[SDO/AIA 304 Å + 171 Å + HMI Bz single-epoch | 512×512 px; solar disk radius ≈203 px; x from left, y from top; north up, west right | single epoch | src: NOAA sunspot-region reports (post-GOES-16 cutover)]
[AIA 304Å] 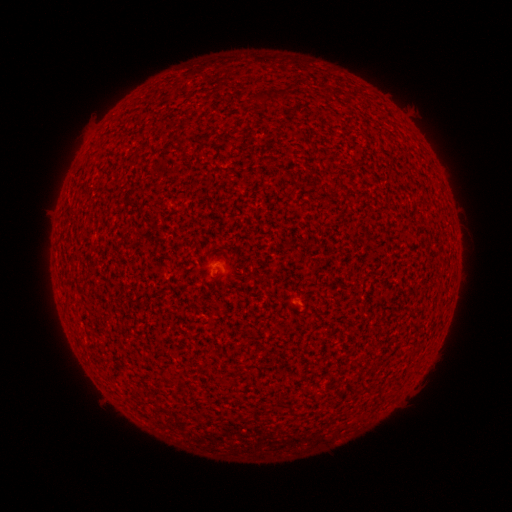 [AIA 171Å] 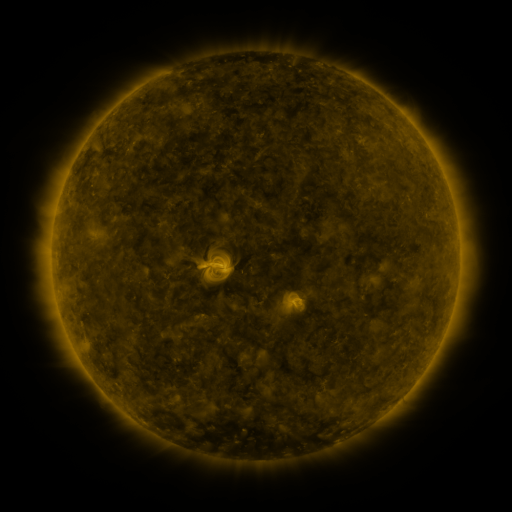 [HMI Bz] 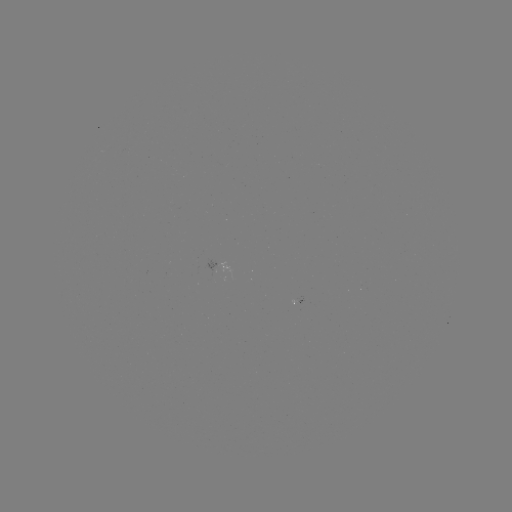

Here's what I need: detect spotted active region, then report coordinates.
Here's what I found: spotted active region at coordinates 220,265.